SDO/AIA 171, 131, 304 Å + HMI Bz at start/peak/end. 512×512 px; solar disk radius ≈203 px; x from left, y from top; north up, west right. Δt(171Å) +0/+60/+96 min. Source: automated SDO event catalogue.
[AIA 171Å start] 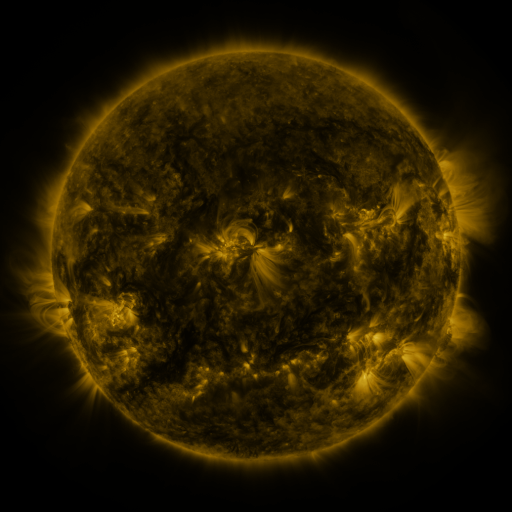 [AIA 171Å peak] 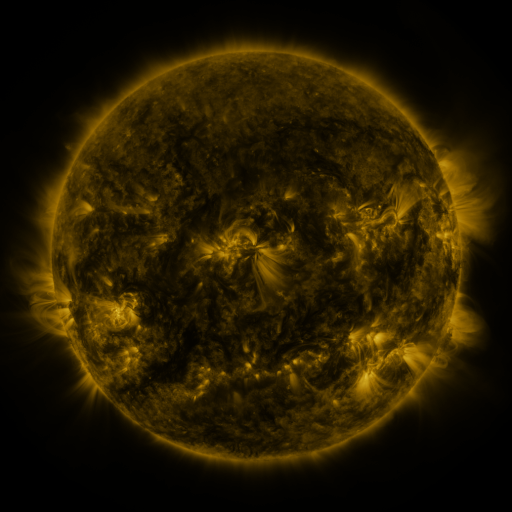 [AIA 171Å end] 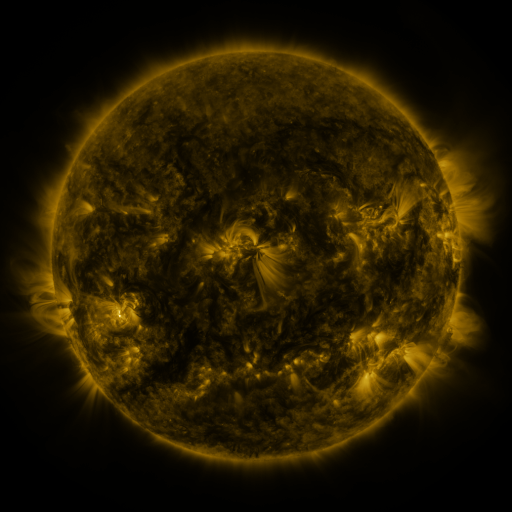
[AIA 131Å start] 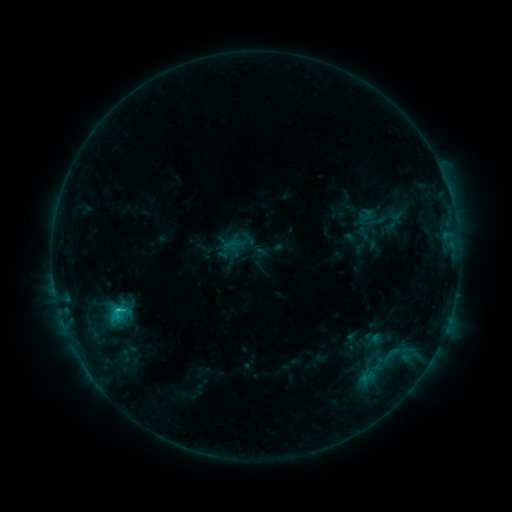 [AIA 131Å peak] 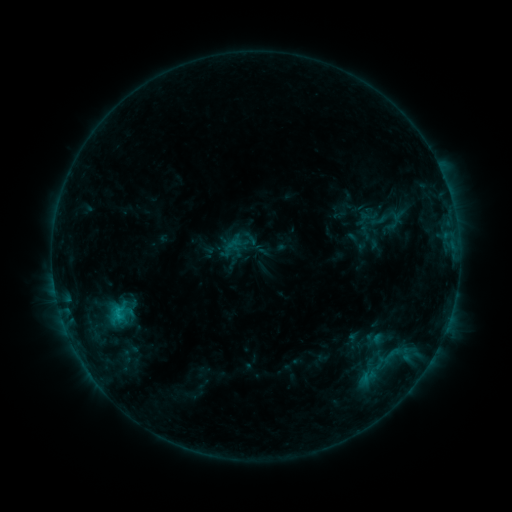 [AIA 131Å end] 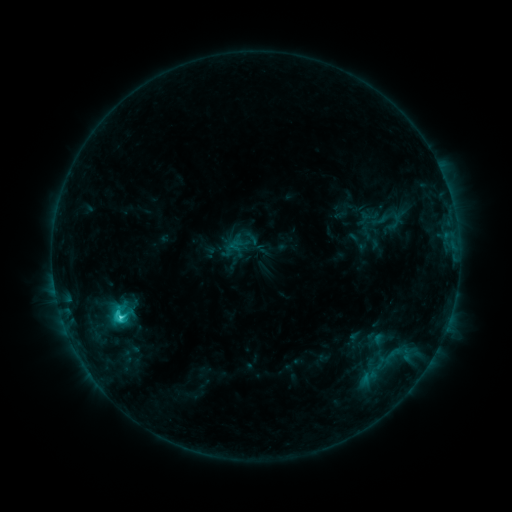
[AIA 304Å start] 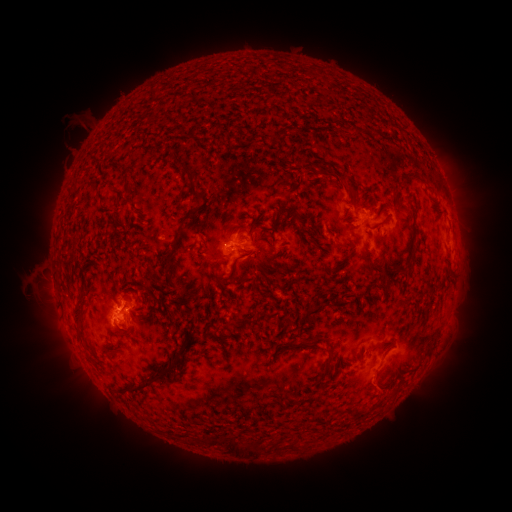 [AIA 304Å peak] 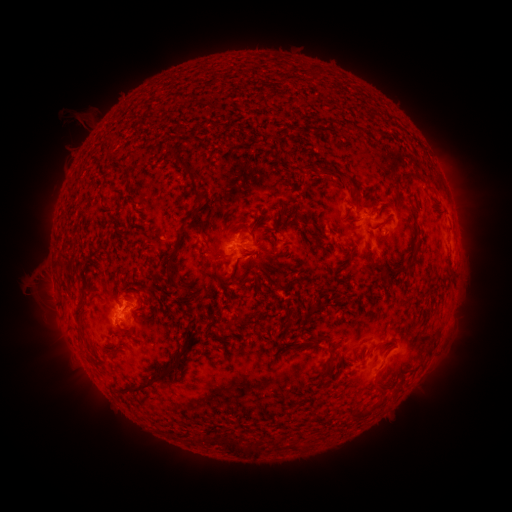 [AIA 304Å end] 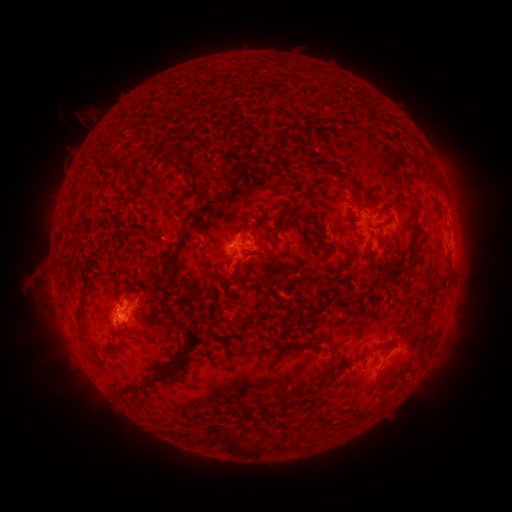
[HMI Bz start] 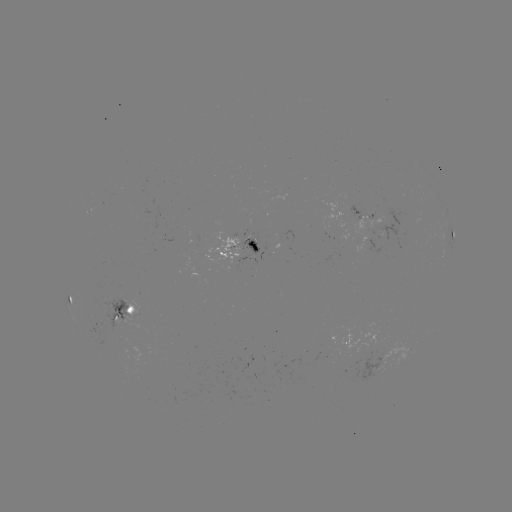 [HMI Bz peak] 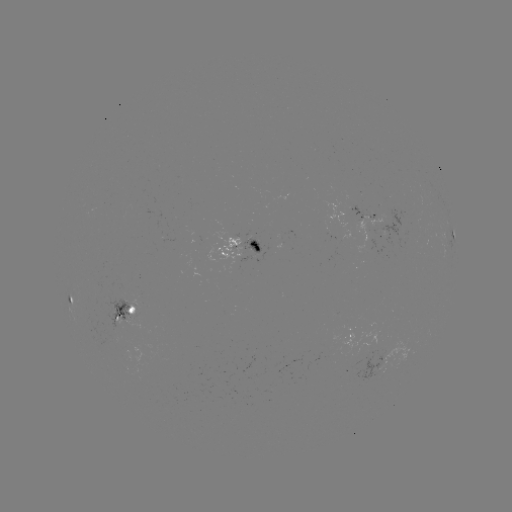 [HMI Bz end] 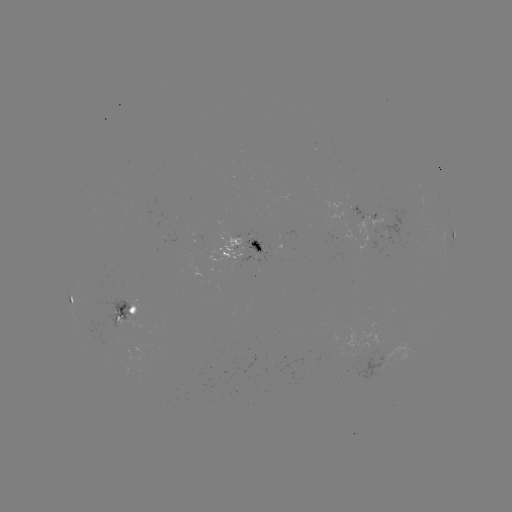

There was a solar emerging-flux region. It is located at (116, 311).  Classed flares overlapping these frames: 1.